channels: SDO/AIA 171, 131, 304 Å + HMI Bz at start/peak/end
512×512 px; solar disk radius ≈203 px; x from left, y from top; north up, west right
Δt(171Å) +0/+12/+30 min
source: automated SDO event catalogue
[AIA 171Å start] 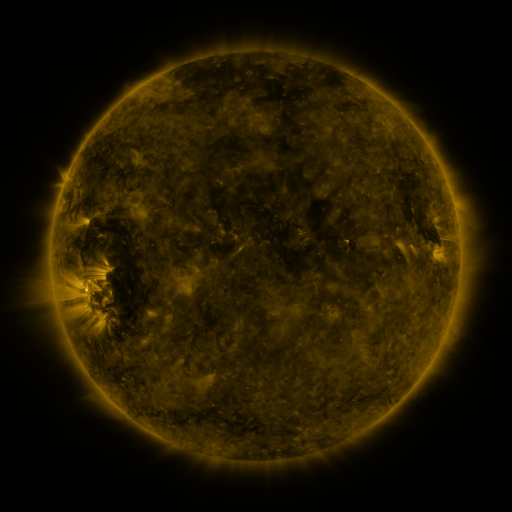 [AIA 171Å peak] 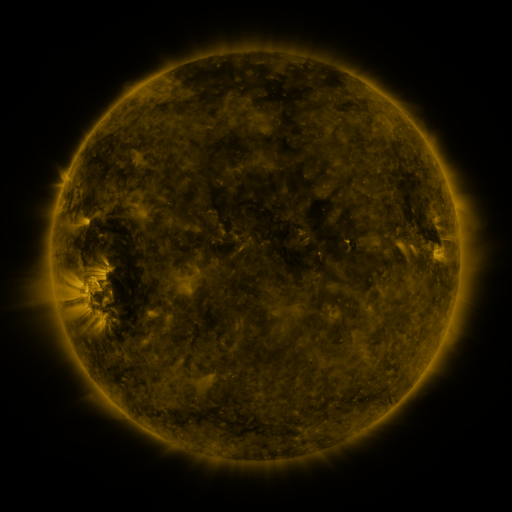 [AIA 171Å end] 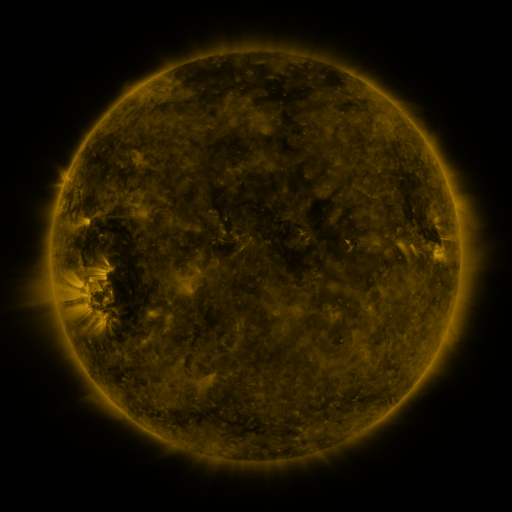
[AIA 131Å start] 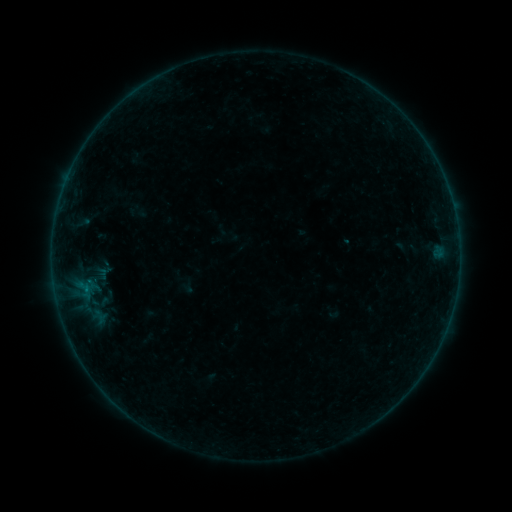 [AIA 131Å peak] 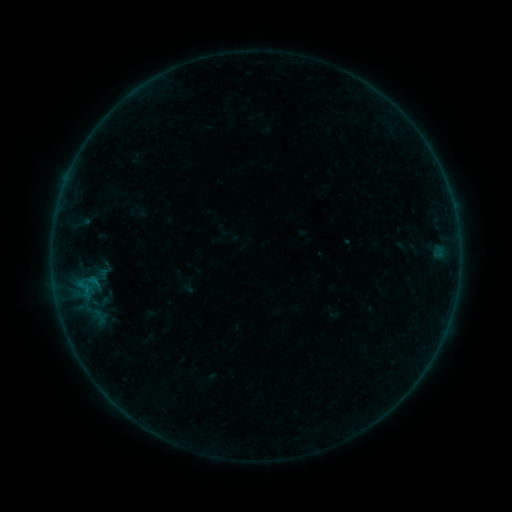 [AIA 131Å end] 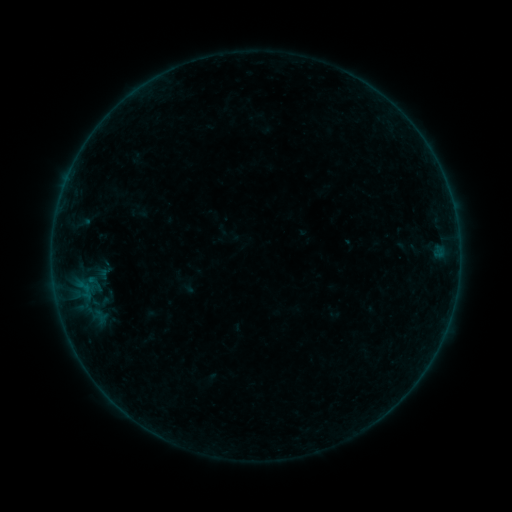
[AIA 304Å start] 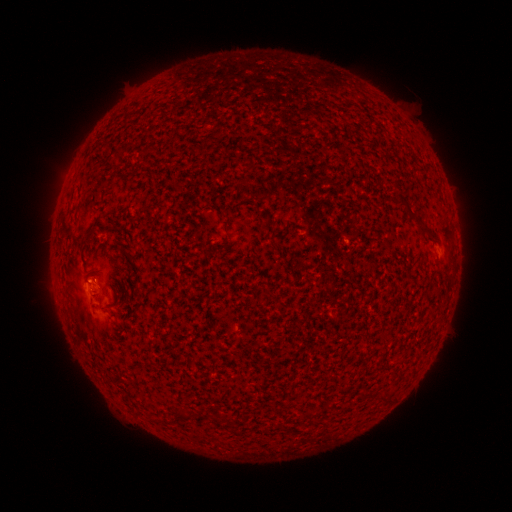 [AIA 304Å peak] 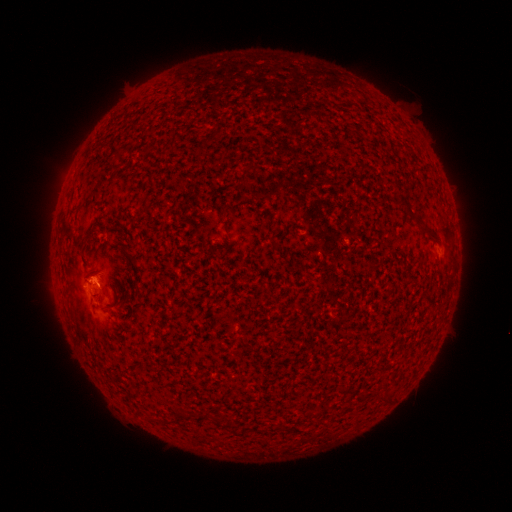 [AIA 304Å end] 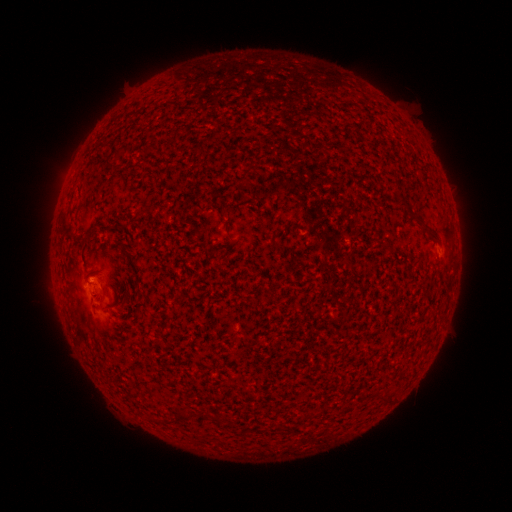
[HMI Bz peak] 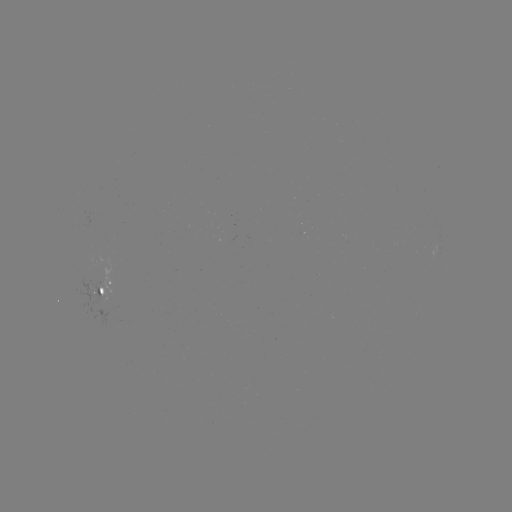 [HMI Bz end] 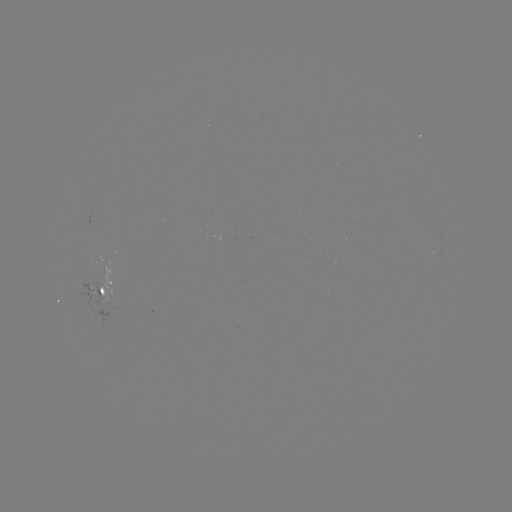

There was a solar flare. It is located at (91, 279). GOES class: B1.6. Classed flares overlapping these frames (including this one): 1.